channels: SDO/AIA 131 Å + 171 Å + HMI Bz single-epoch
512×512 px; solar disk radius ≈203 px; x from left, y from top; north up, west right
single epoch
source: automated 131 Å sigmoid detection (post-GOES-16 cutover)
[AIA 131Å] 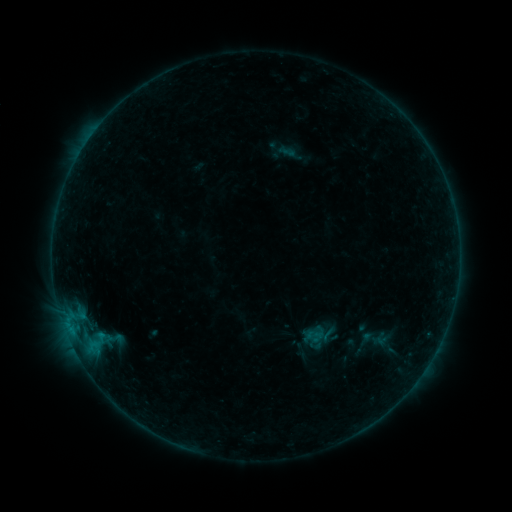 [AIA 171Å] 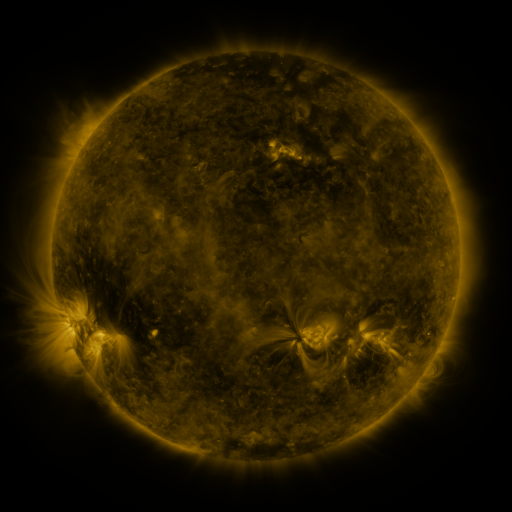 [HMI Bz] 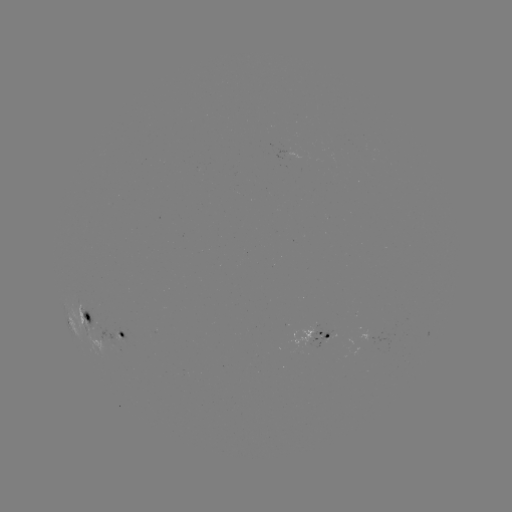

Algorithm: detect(sigmoid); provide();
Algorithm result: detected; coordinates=(314, 335)